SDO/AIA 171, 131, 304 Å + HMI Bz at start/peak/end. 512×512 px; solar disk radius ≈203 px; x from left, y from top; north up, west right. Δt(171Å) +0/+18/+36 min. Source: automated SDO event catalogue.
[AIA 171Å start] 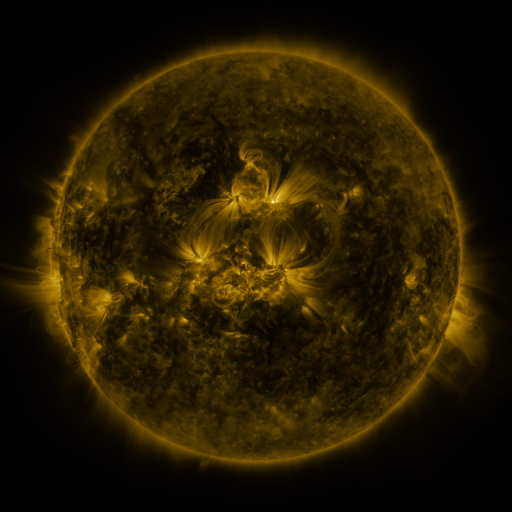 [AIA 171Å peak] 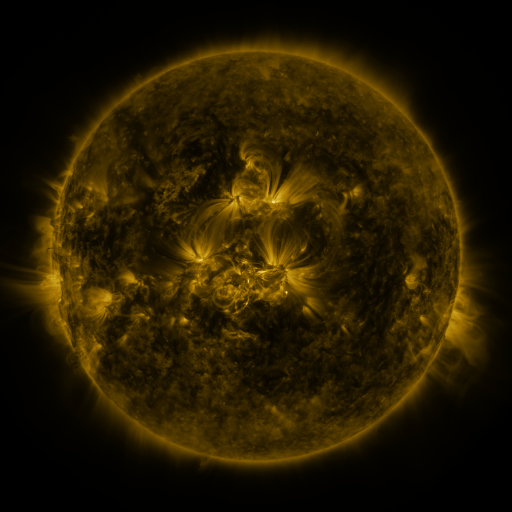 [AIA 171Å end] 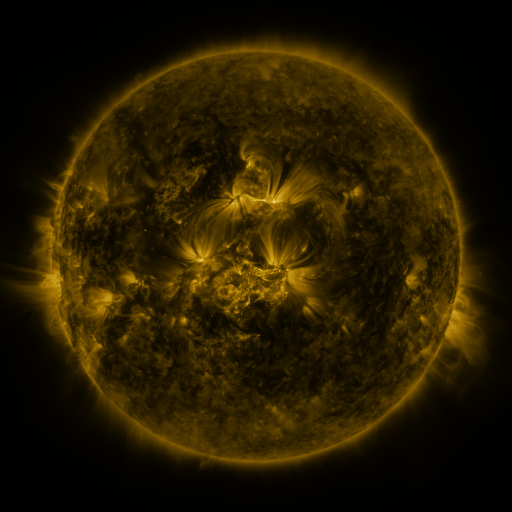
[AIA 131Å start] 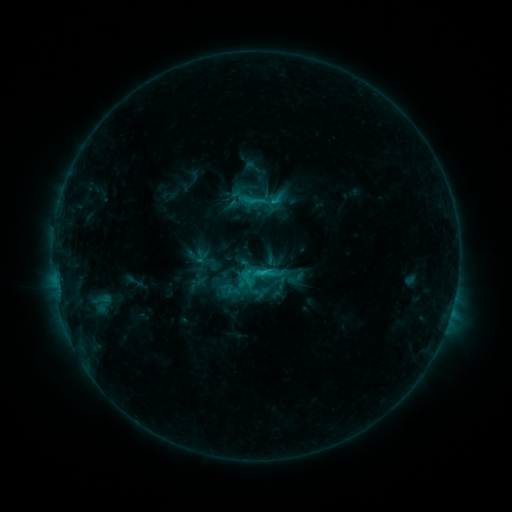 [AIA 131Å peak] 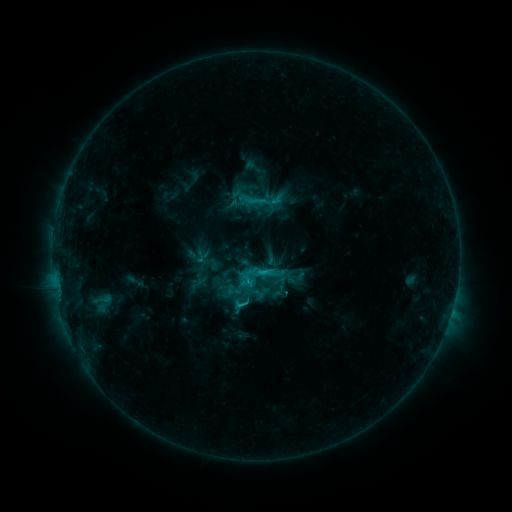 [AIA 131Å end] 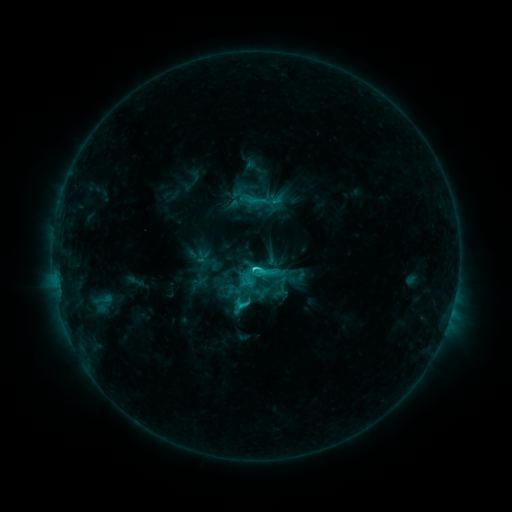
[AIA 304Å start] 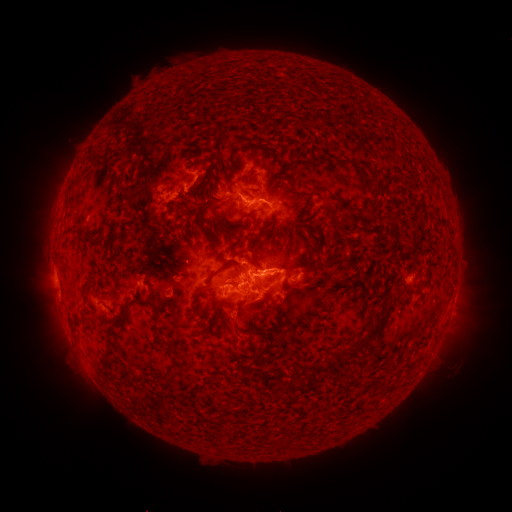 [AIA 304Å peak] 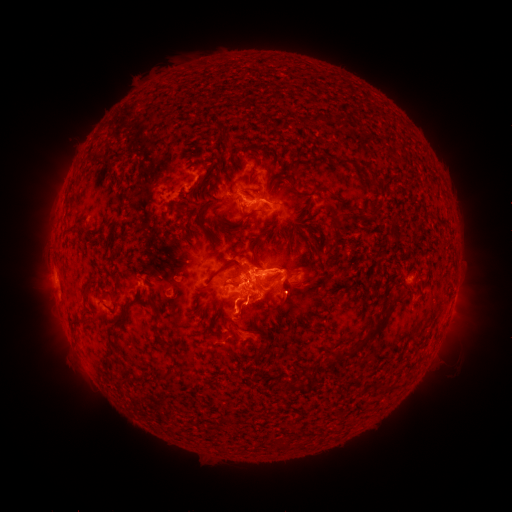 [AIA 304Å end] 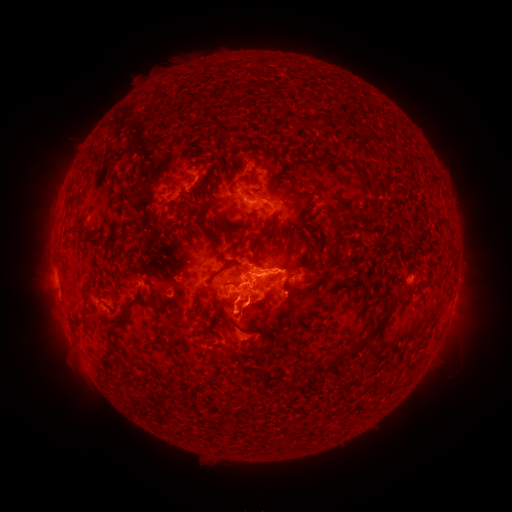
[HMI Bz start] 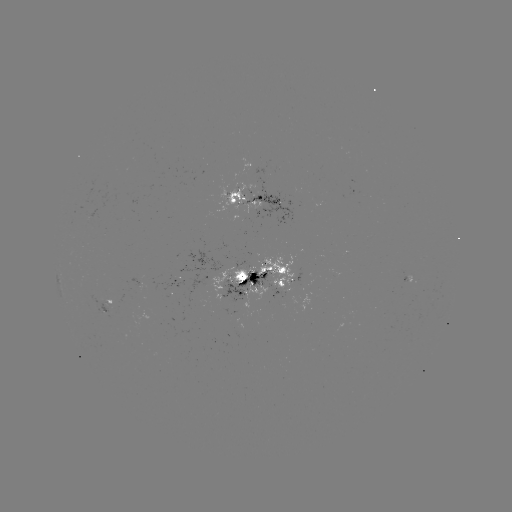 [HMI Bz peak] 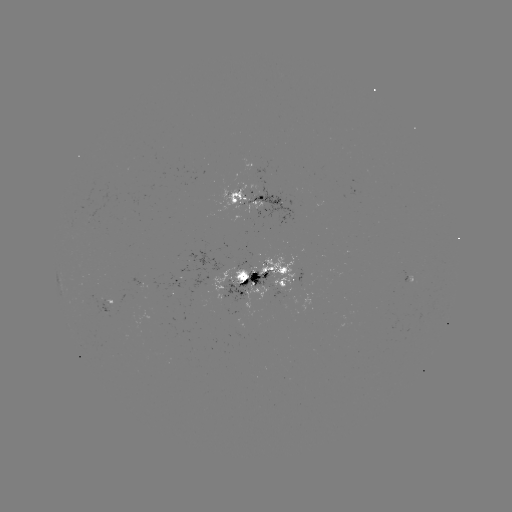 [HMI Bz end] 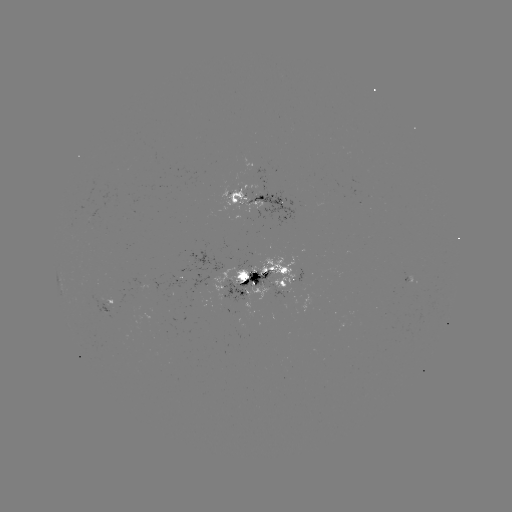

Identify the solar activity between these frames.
eruption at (233, 327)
